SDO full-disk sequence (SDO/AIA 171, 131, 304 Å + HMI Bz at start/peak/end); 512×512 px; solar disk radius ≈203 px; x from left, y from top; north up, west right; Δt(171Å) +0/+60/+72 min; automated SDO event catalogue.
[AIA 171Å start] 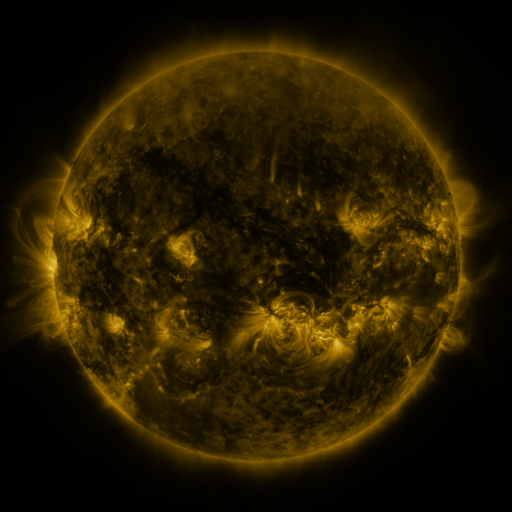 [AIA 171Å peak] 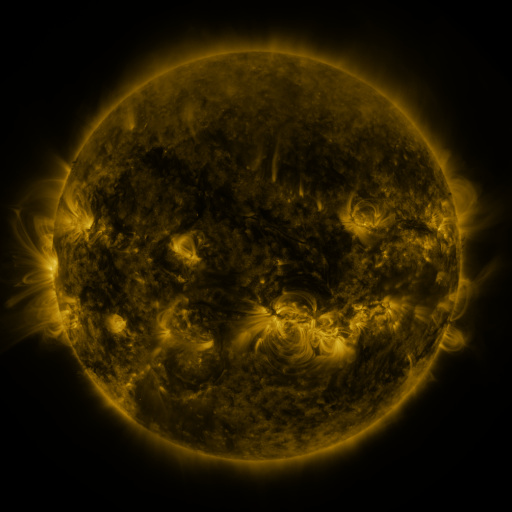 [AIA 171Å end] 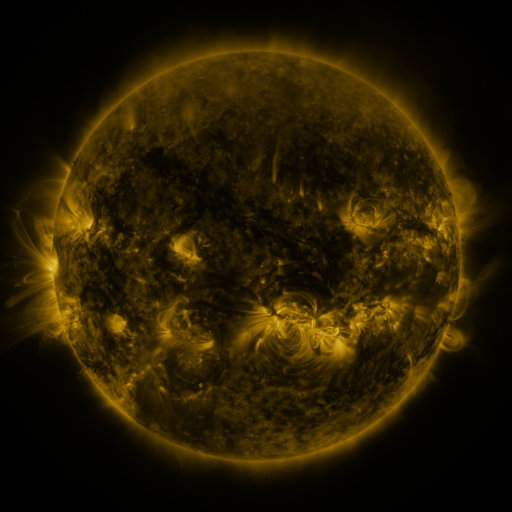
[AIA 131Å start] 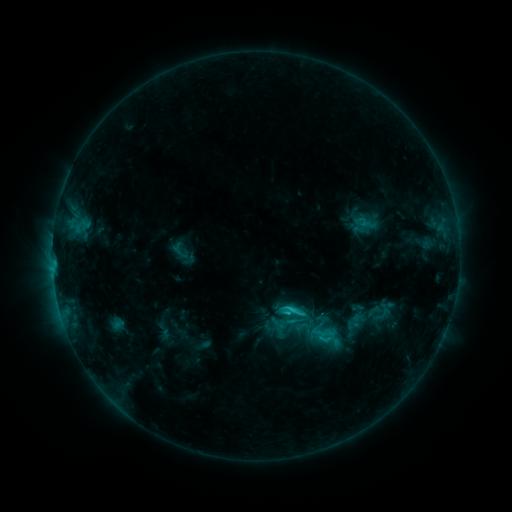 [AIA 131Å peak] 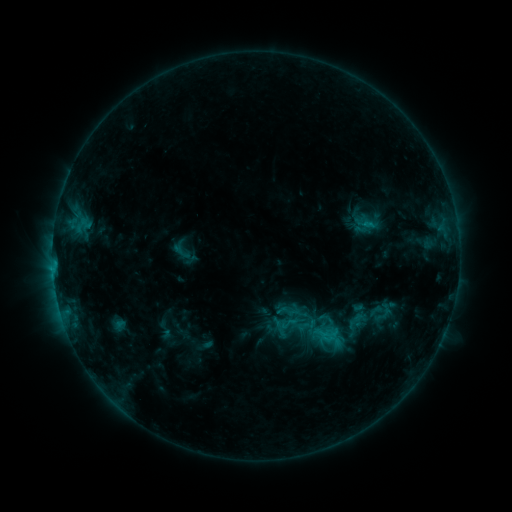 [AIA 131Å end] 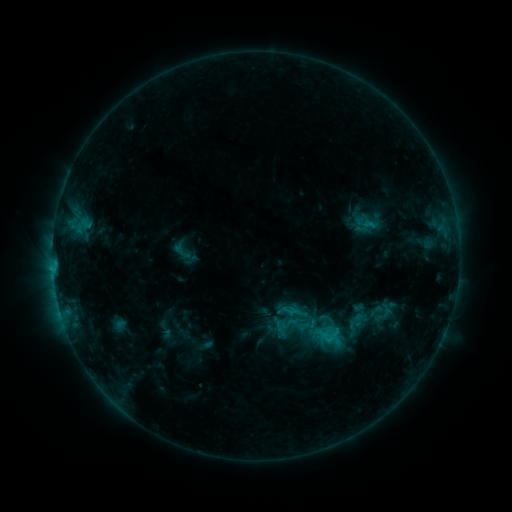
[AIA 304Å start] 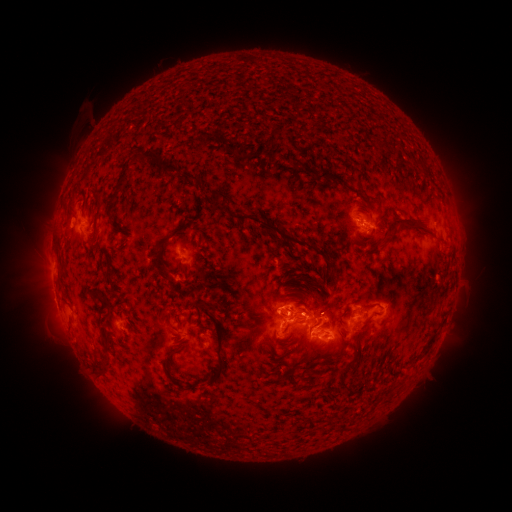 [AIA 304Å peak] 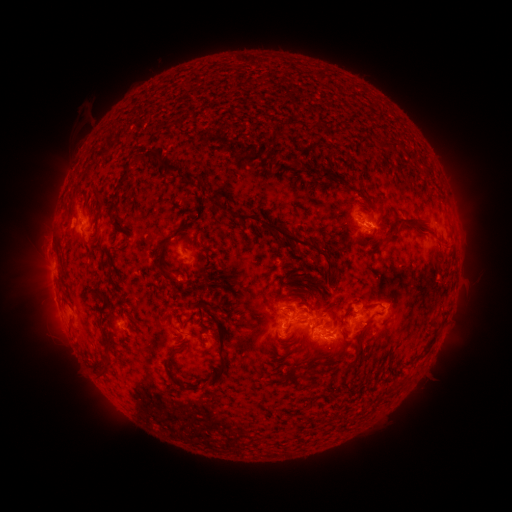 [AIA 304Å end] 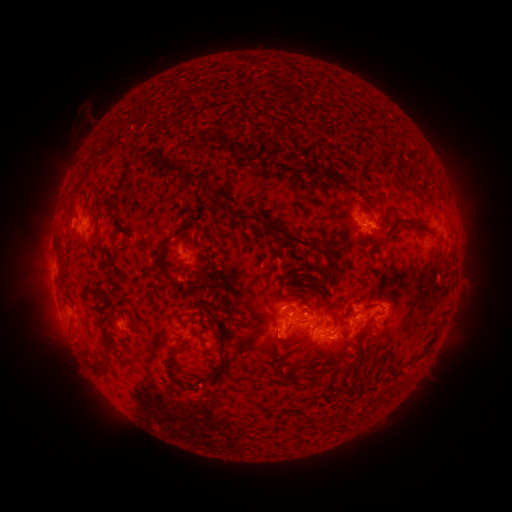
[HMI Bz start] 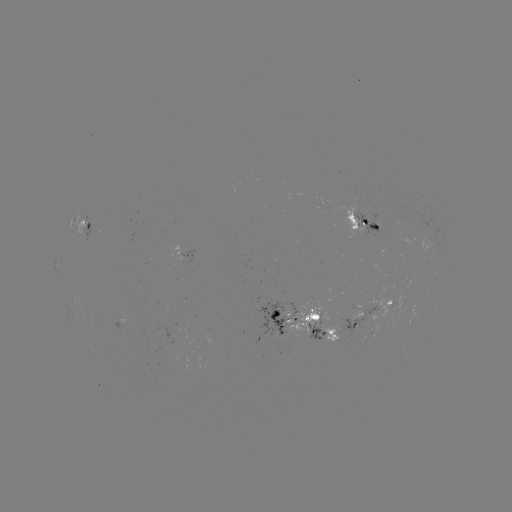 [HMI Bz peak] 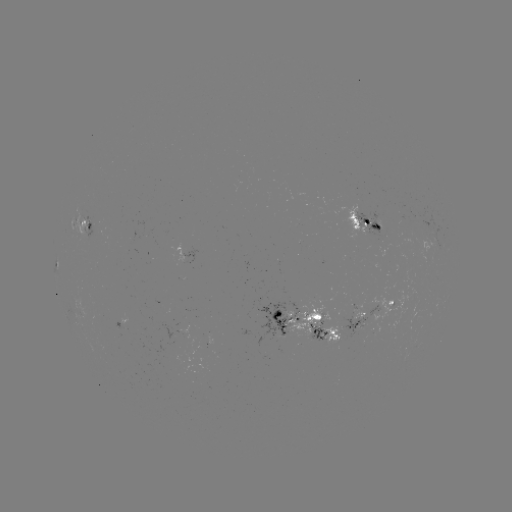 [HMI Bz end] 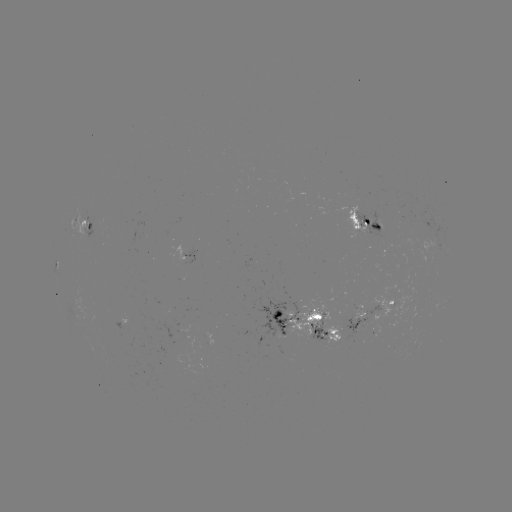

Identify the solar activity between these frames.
emerging-flux region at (363, 314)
